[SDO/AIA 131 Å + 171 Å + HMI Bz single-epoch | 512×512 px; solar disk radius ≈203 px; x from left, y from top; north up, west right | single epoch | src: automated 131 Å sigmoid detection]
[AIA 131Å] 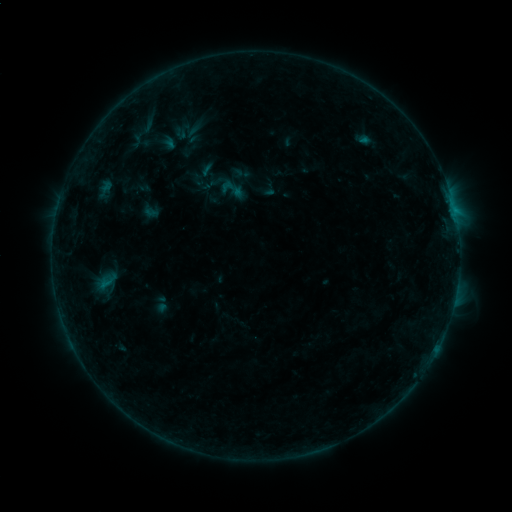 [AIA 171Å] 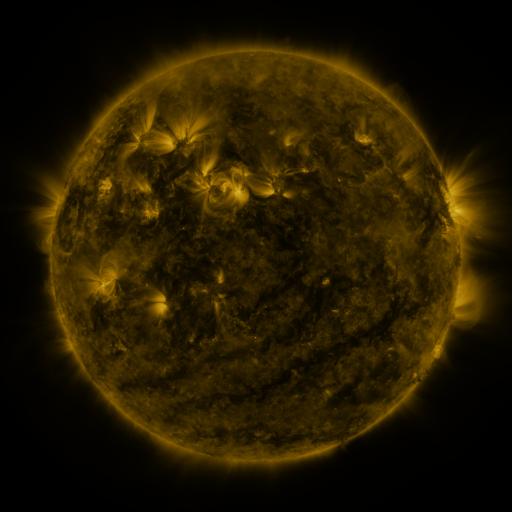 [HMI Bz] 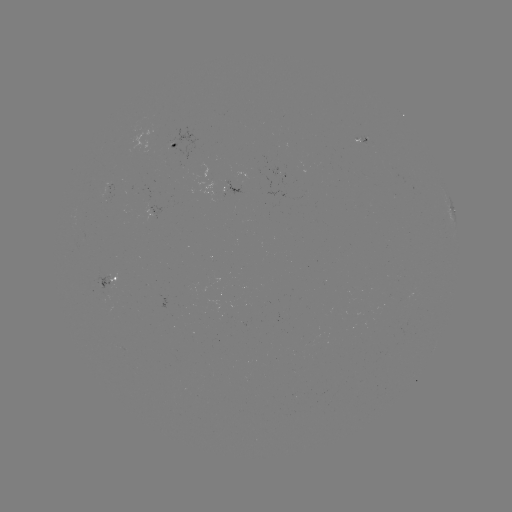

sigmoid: <bbox>219, 175, 246, 203</bbox>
